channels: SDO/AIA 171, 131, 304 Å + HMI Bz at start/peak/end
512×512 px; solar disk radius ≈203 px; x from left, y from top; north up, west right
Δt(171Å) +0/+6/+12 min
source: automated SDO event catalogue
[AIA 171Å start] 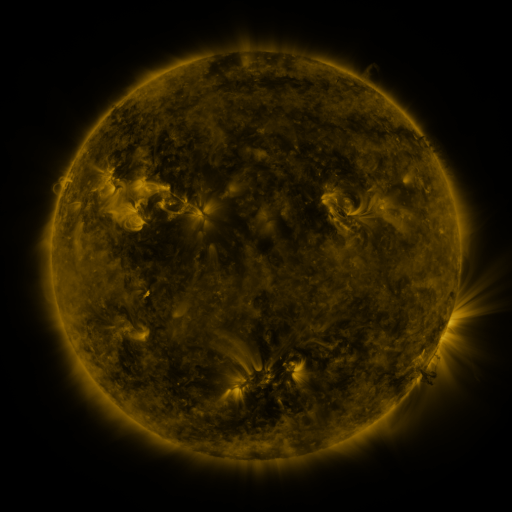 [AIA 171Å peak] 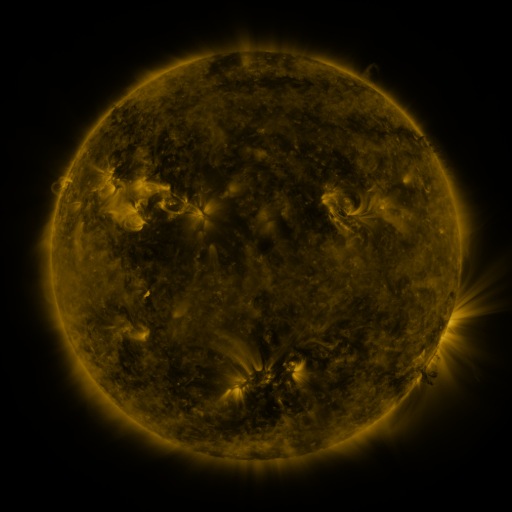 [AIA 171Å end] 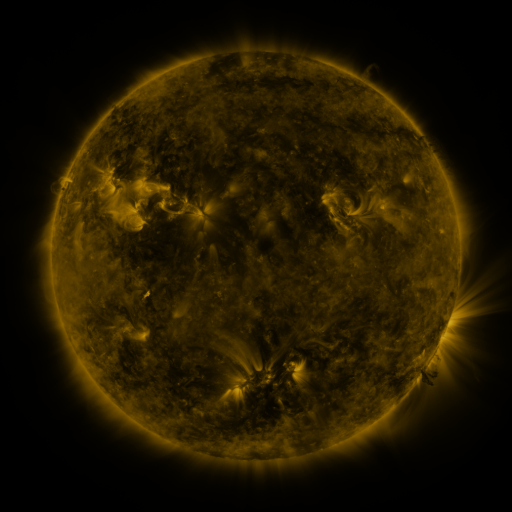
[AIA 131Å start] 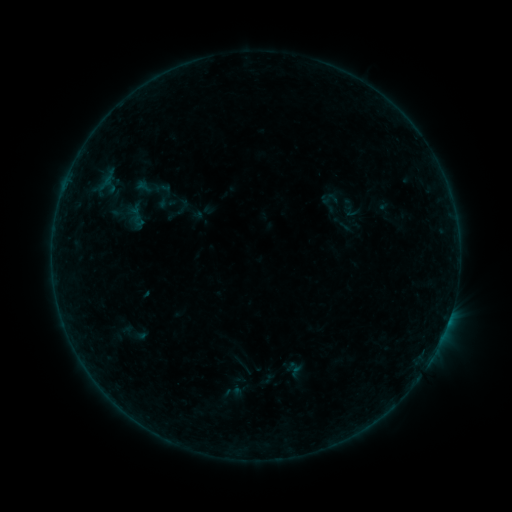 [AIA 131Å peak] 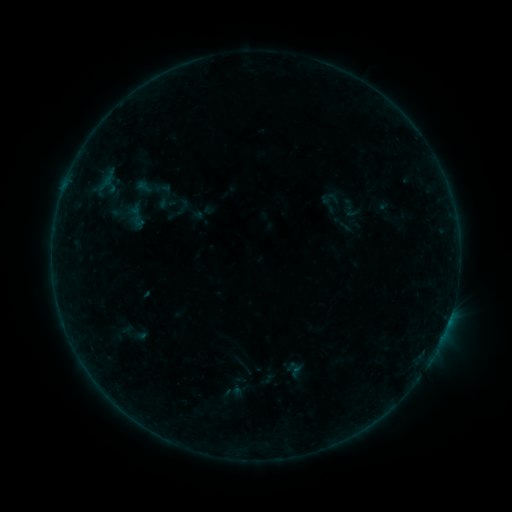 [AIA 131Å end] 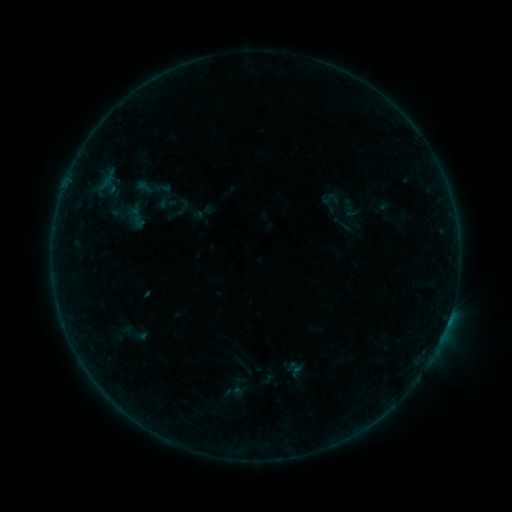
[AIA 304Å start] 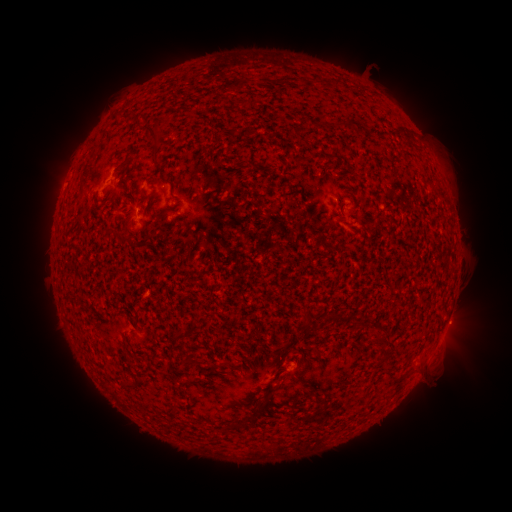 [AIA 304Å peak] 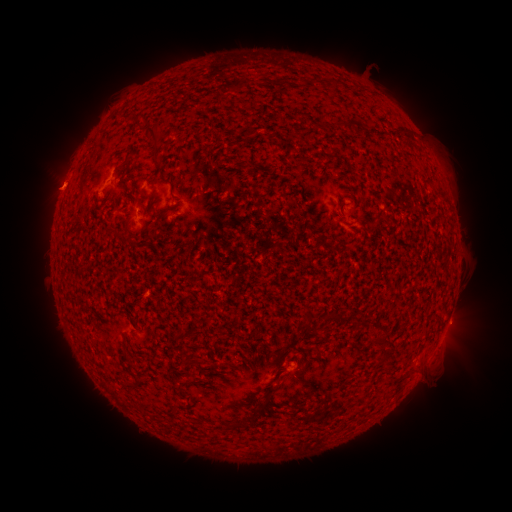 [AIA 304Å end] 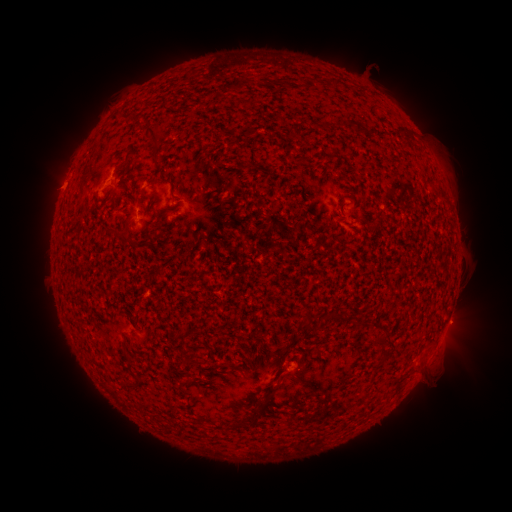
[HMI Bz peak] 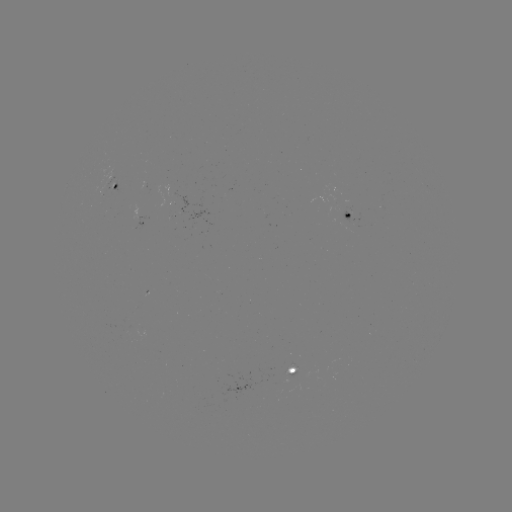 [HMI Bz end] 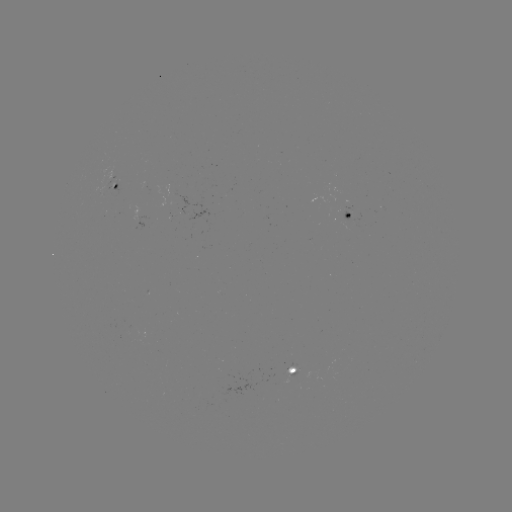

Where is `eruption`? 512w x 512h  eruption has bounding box [22, 166, 77, 215].